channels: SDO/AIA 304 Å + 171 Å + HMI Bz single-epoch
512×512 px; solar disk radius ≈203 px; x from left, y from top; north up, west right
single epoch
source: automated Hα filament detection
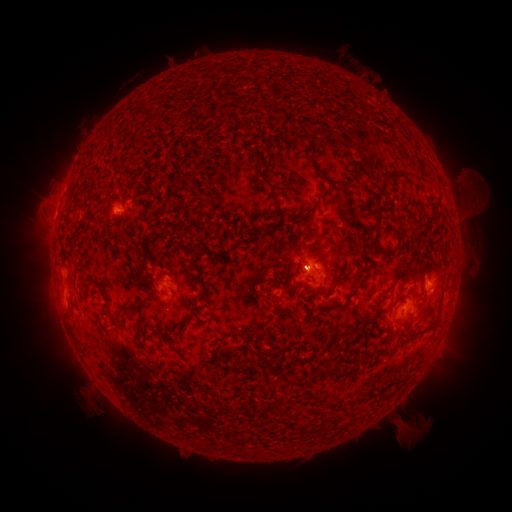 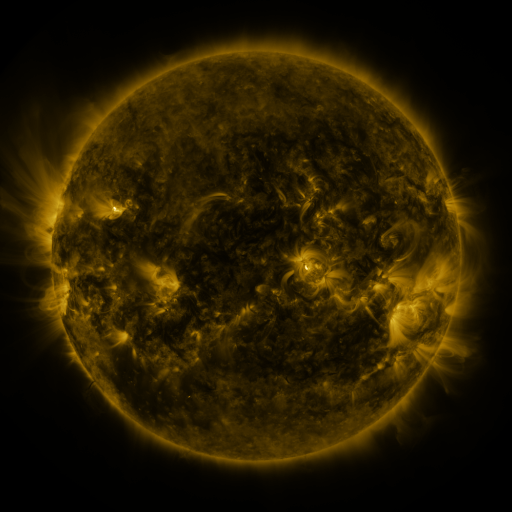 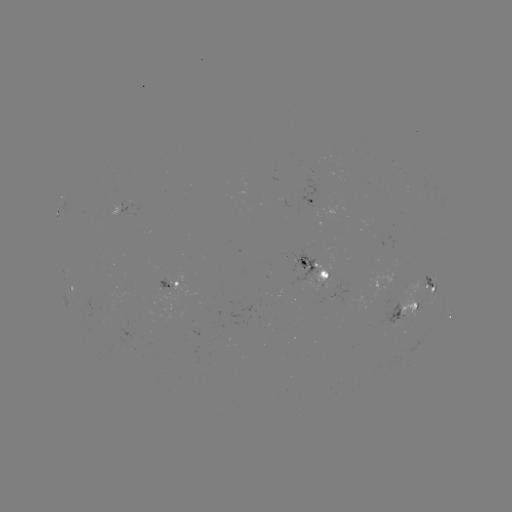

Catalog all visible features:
filament: <bbox>257, 73, 267, 84</bbox>
filament: <bbox>346, 140, 364, 158</bbox>
filament: <bbox>378, 169, 407, 182</bbox>
filament: <bbox>259, 176, 279, 193</bbox>
filament: <bbox>321, 182, 331, 202</bbox>
filament: <bbox>372, 203, 382, 232</bbox>
filament: <bbox>301, 207, 315, 237</bbox>
filament: <bbox>246, 230, 259, 241</bbox>
filament: <bbox>121, 235, 130, 241</bbox>
filament: <bbox>372, 245, 394, 253</bbox>
filament: <bbox>332, 273, 343, 287</bbox>
filament: <bbox>321, 275, 367, 313</bbox>
filament: <bbox>121, 304, 144, 324</bbox>
filament: <bbox>345, 315, 372, 334</bbox>
filament: <bbox>138, 317, 145, 338</bbox>
filament: <bbox>400, 318, 410, 324</bbox>
filament: <bbox>415, 322, 438, 334</bbox>
filament: <bbox>239, 328, 261, 341</bbox>
filament: <bbox>214, 332, 238, 345</bbox>
filament: <bbox>166, 334, 174, 344</bbox>
filament: <bbox>269, 362, 343, 387</bbox>
filament: <bbox>381, 387, 391, 398</bbox>
